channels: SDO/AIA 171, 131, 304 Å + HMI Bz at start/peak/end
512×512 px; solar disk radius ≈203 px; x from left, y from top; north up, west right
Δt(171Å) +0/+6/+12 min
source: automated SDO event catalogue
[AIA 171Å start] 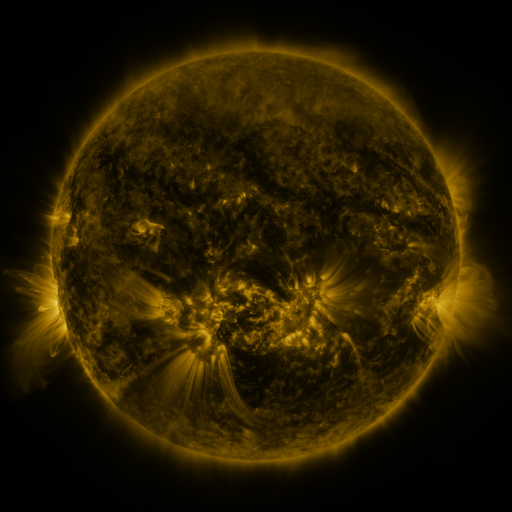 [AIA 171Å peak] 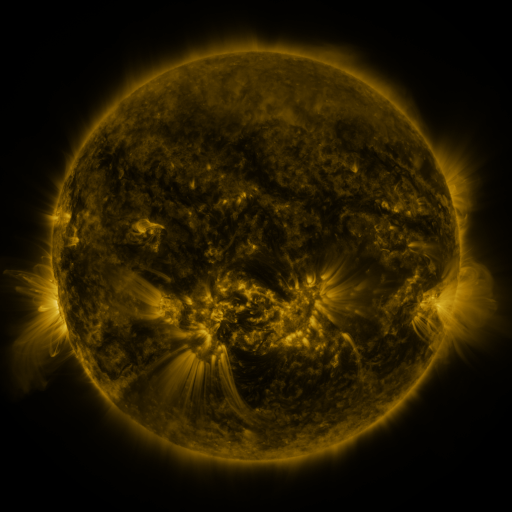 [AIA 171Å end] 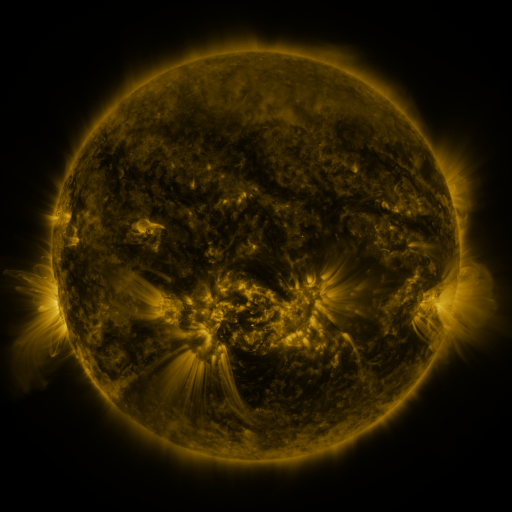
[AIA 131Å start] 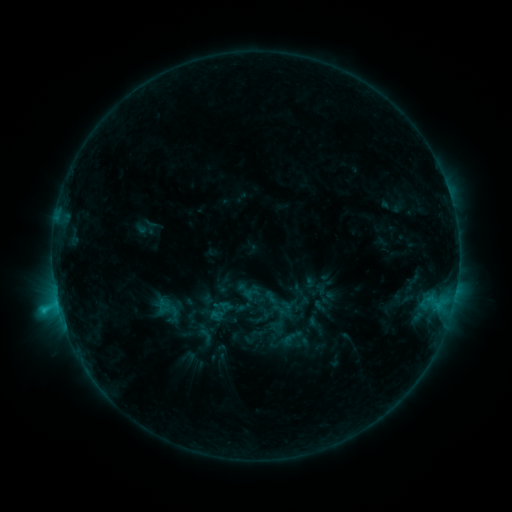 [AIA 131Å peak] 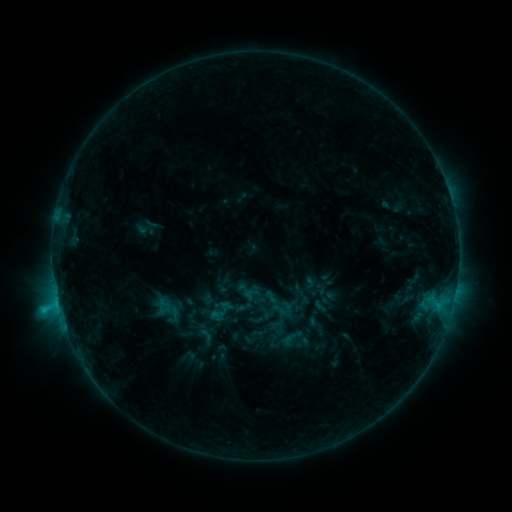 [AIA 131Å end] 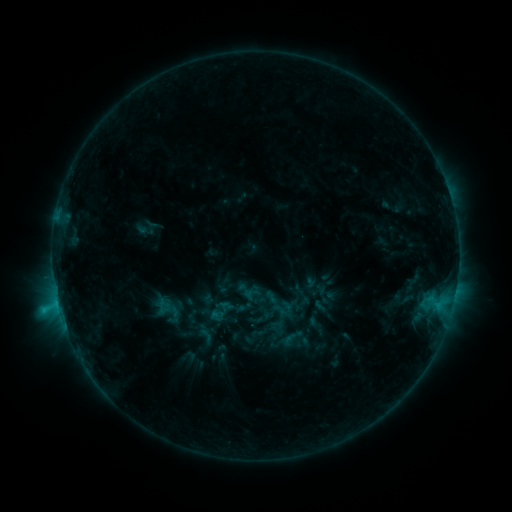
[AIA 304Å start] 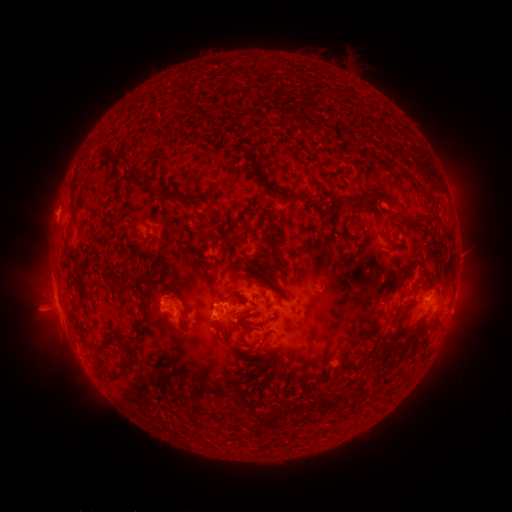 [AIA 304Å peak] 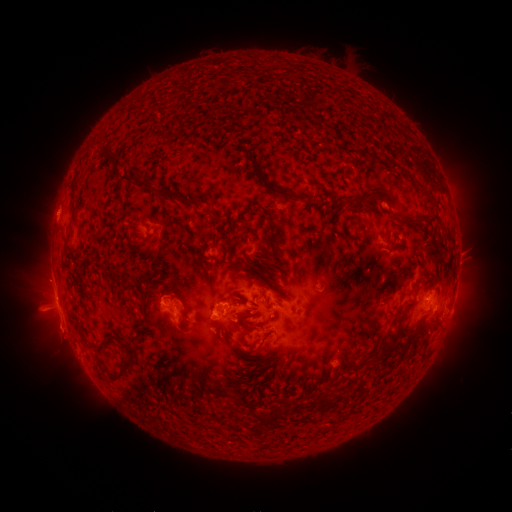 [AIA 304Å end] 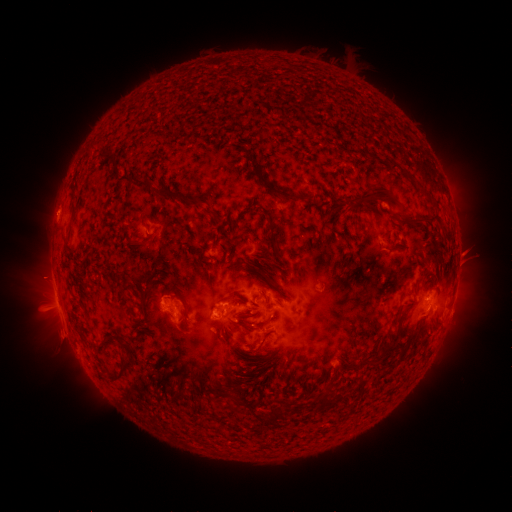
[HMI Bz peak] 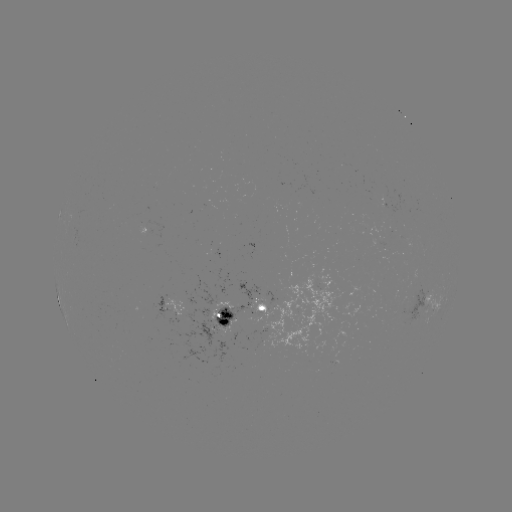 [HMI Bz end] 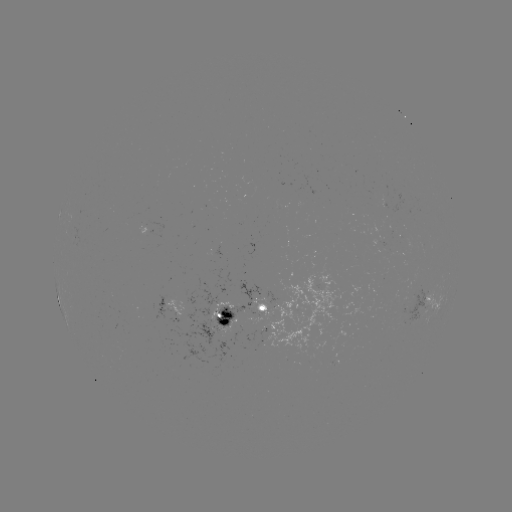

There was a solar eruption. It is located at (46, 279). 